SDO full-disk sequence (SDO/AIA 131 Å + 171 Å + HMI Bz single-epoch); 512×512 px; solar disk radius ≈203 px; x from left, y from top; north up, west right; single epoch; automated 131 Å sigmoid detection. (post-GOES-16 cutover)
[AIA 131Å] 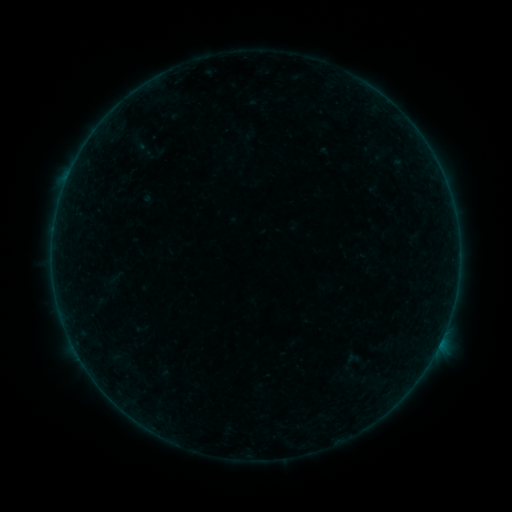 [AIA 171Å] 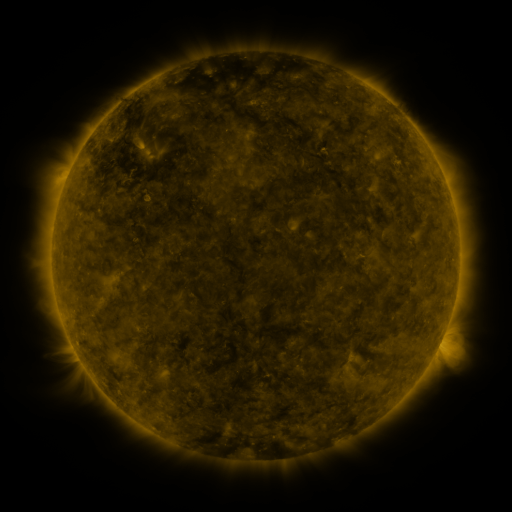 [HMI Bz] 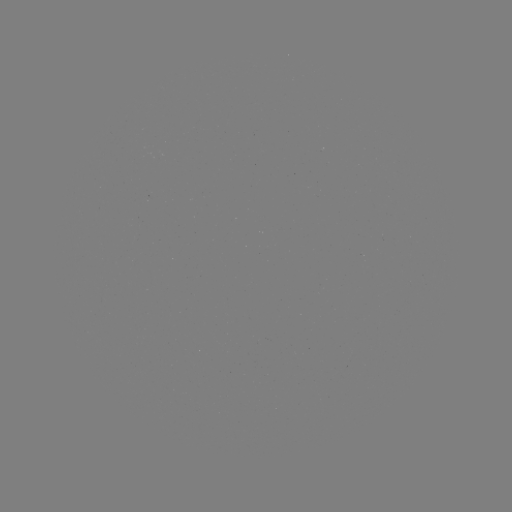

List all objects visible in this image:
sigmoid: (107, 268, 126, 287)
